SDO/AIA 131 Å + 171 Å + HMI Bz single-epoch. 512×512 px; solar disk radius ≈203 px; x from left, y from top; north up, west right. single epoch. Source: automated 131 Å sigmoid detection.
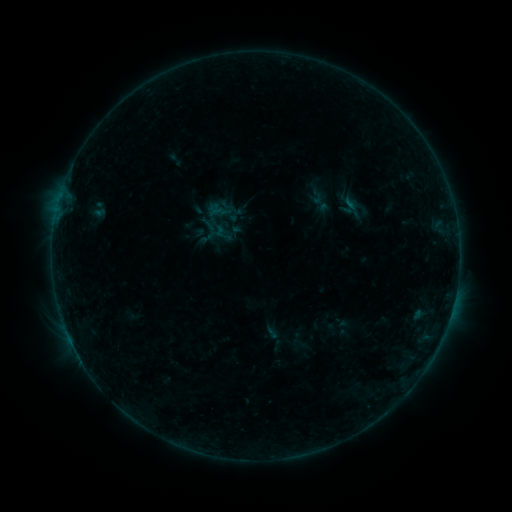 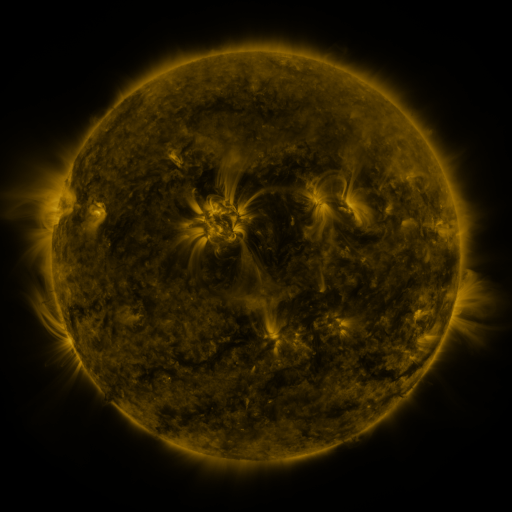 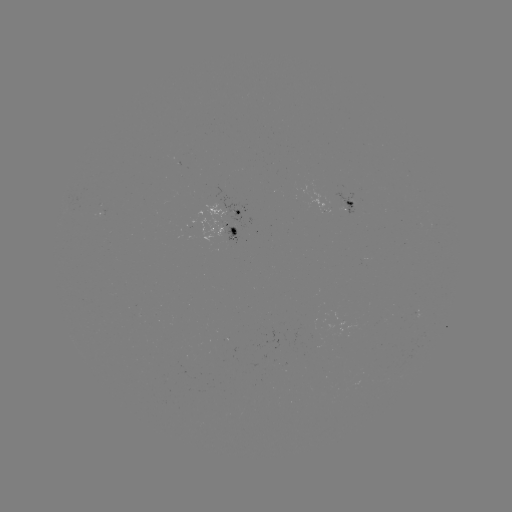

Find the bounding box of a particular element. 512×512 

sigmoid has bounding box [336, 197, 359, 216].